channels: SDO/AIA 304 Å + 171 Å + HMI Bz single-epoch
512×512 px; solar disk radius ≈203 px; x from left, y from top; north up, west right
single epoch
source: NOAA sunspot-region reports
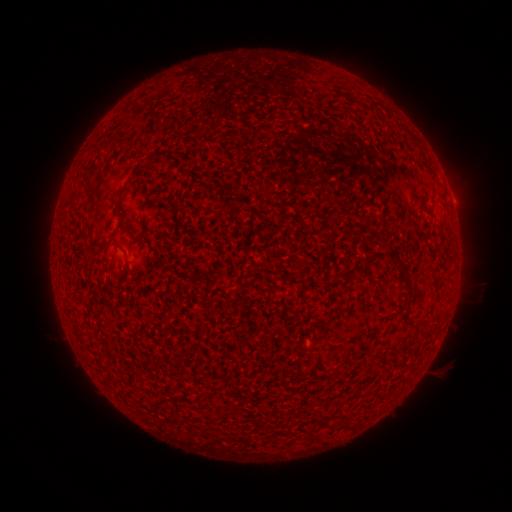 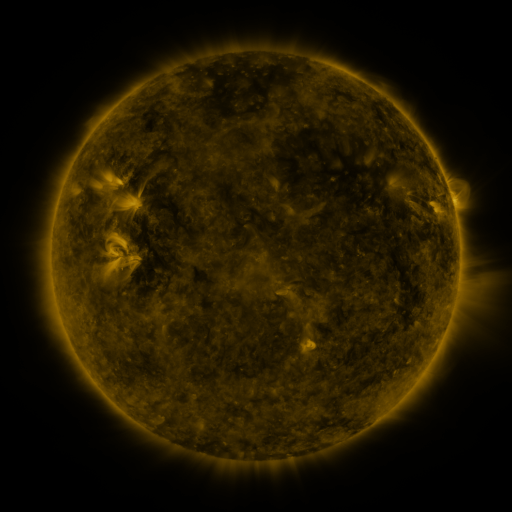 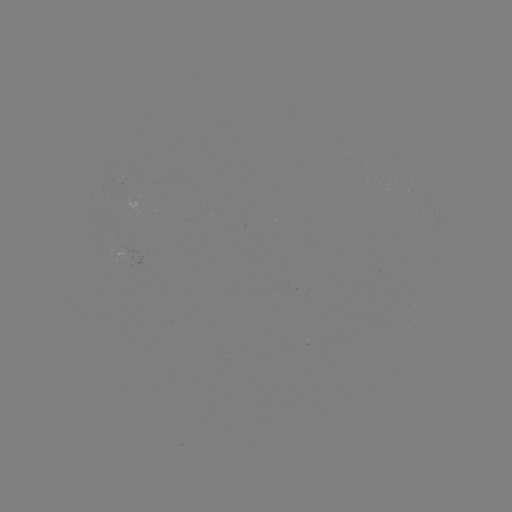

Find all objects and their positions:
(none)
